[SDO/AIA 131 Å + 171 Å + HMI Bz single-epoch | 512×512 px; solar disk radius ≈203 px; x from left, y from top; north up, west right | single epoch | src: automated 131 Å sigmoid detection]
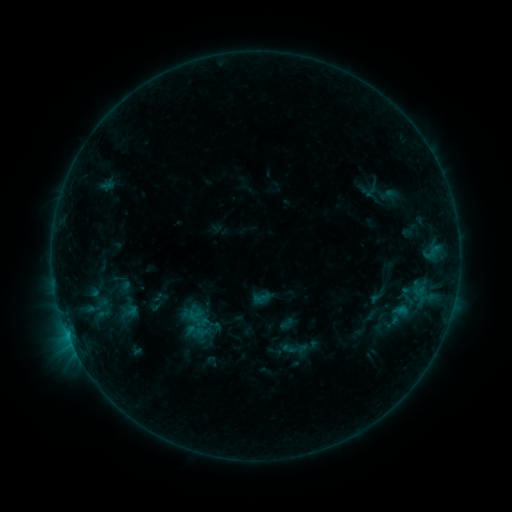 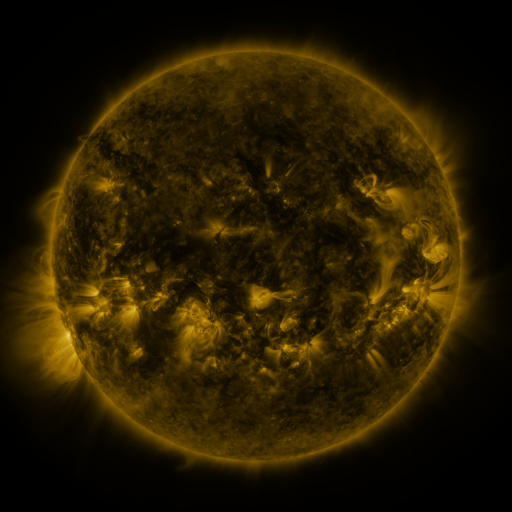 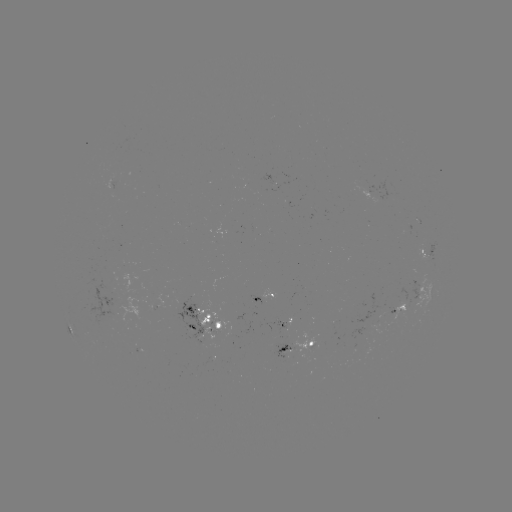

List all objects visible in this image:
sigmoid: [397, 286, 419, 308]
sigmoid: [116, 302, 141, 321]
